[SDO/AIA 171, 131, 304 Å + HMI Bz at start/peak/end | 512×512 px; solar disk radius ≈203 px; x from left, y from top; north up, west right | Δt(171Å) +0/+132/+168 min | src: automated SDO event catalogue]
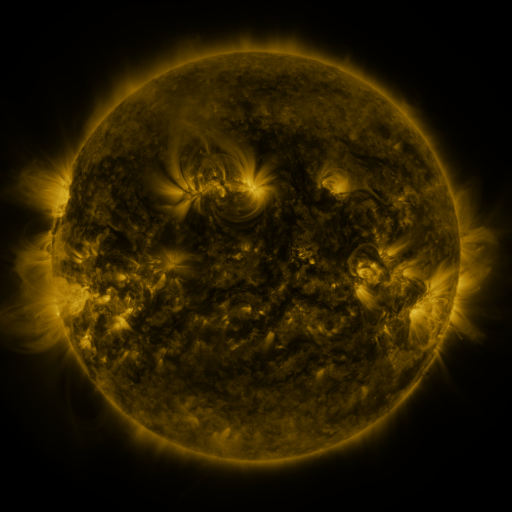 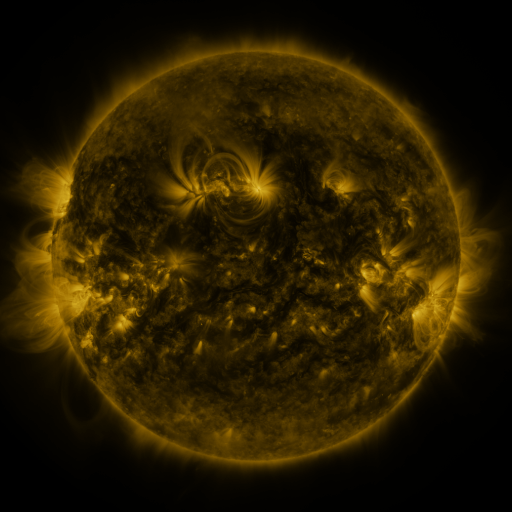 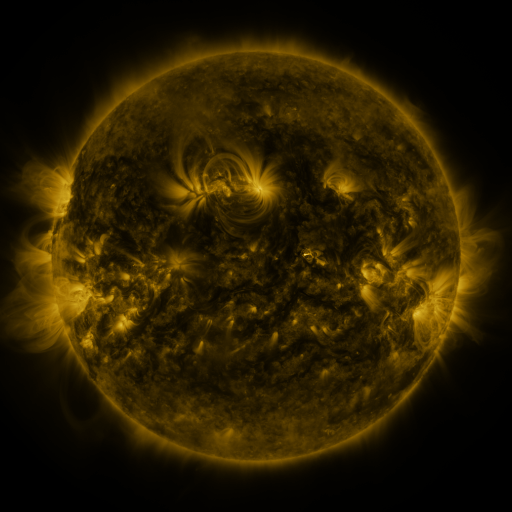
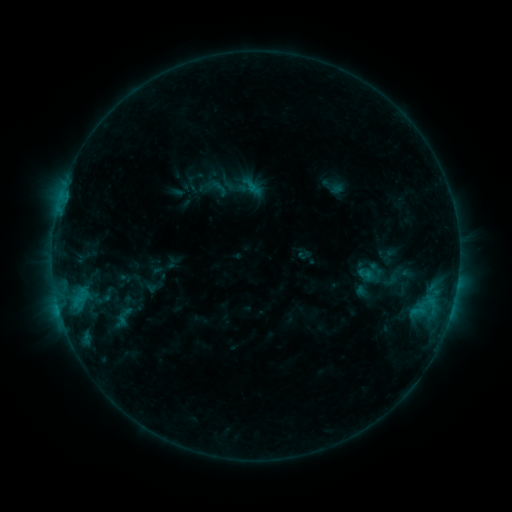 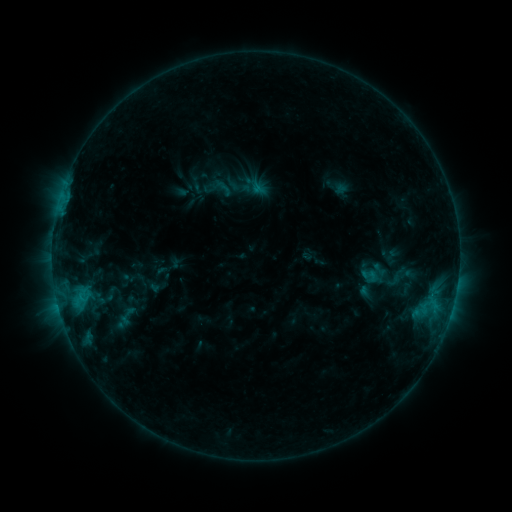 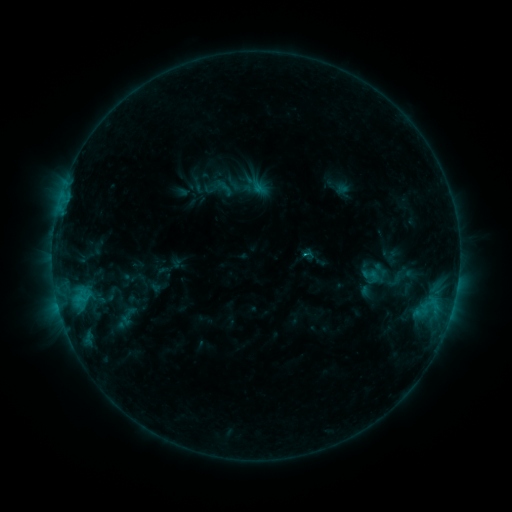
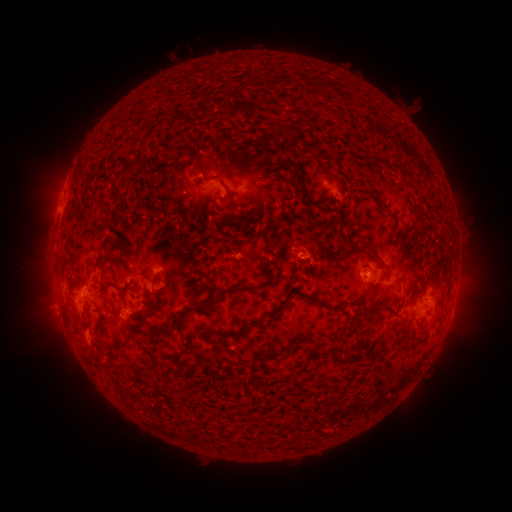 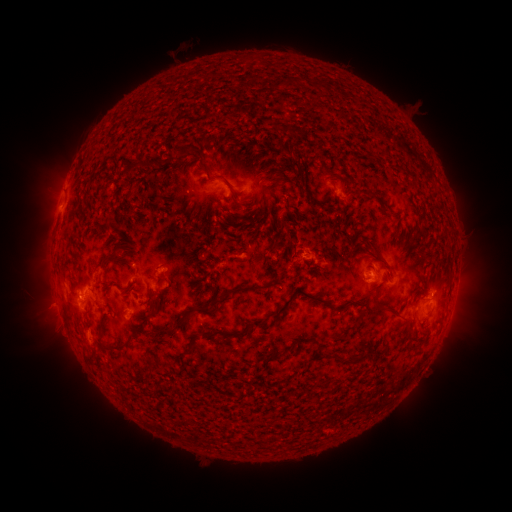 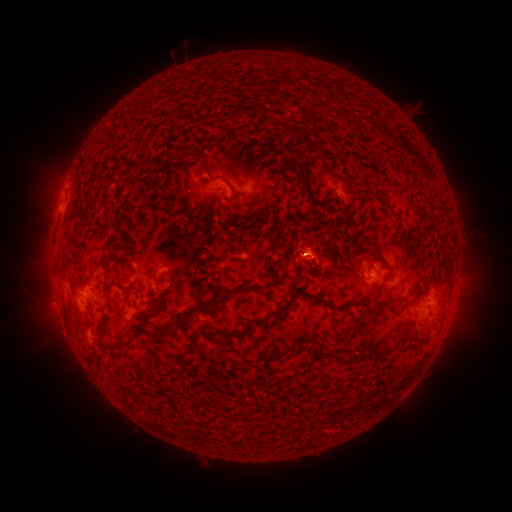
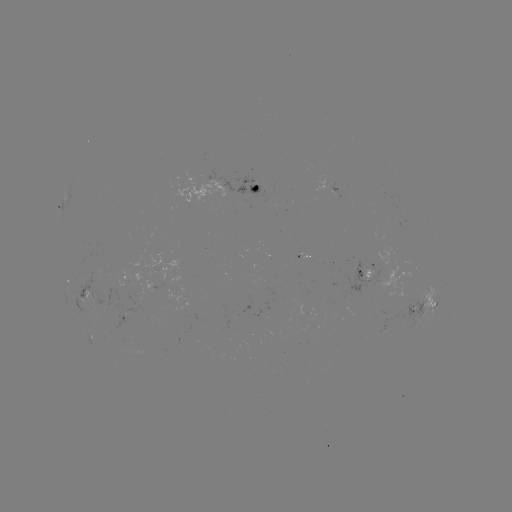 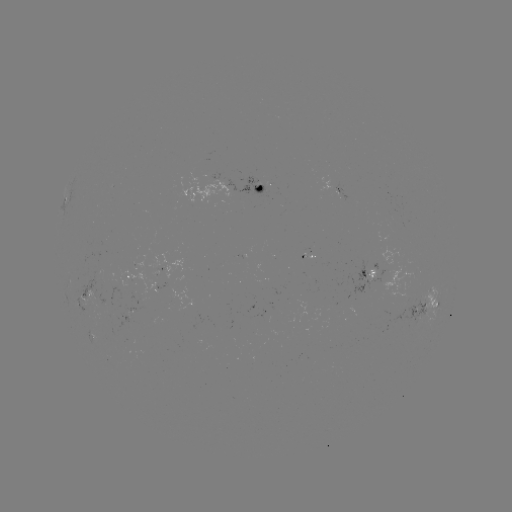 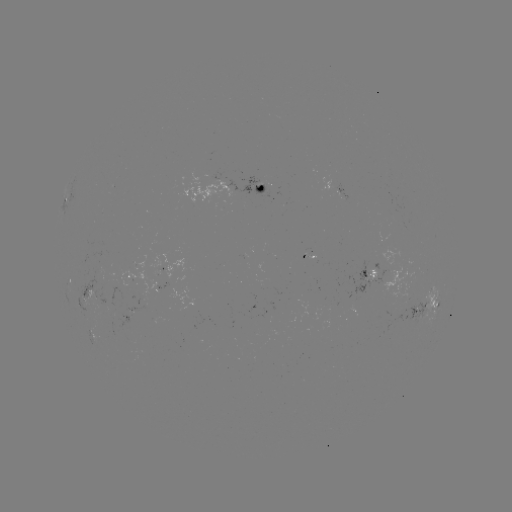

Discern emerging-flux region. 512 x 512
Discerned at [340, 194].